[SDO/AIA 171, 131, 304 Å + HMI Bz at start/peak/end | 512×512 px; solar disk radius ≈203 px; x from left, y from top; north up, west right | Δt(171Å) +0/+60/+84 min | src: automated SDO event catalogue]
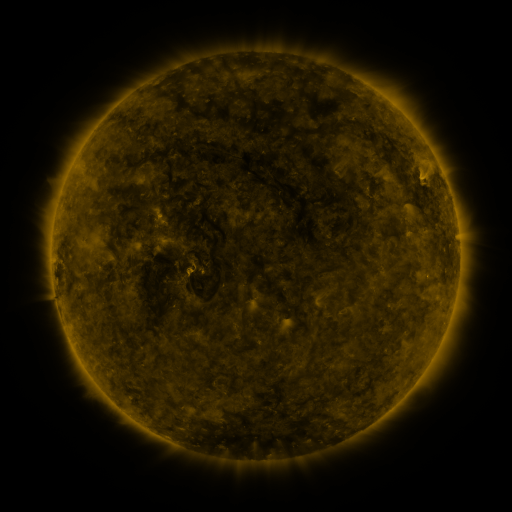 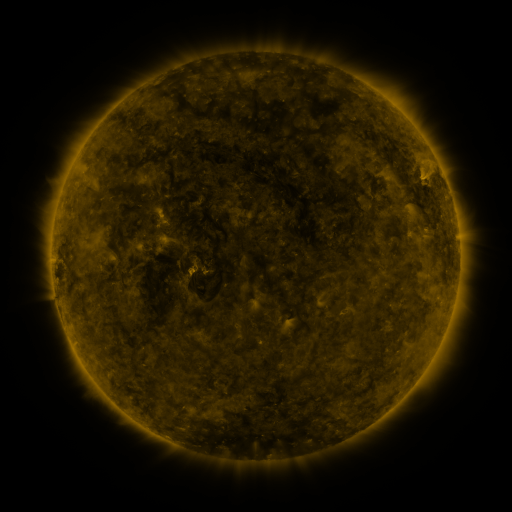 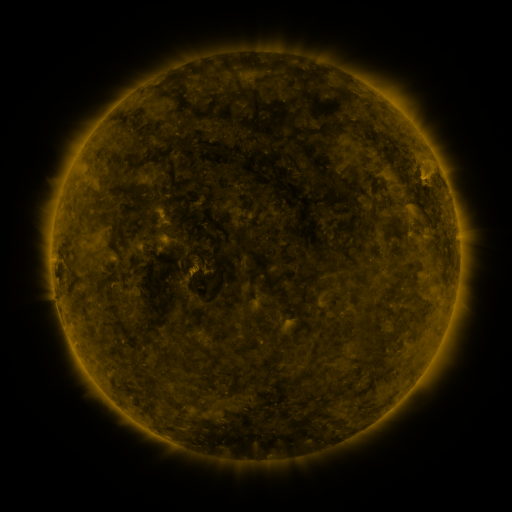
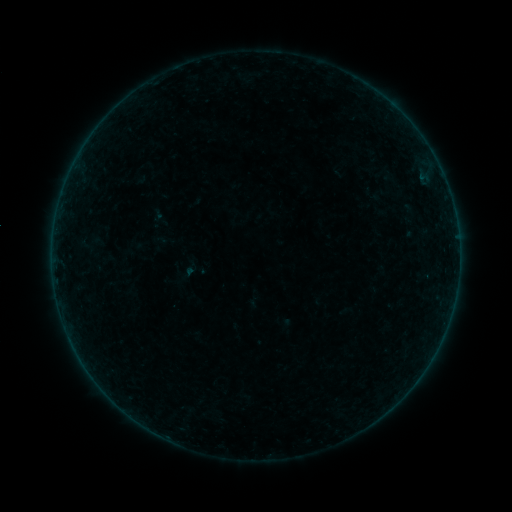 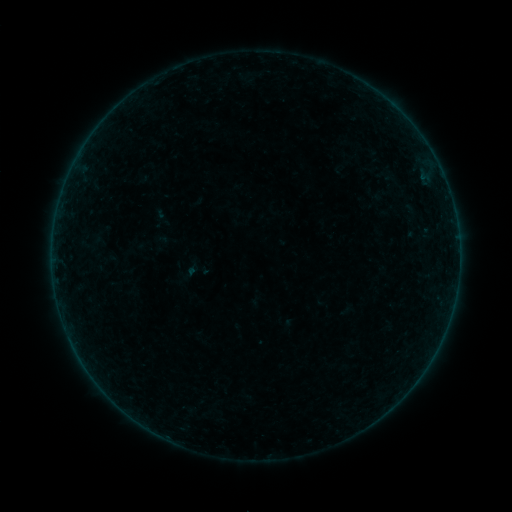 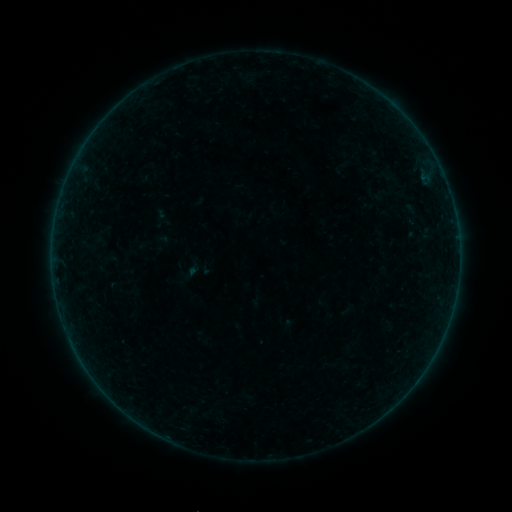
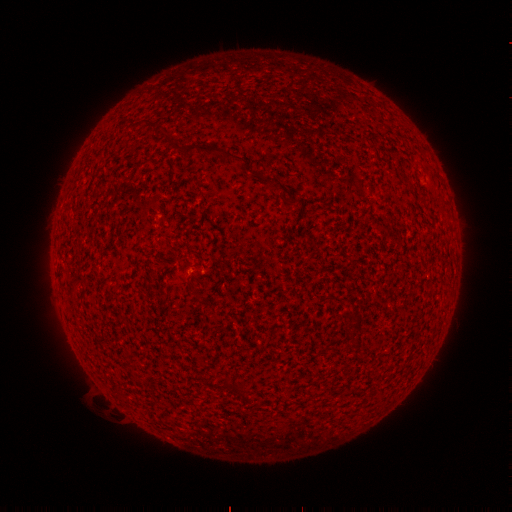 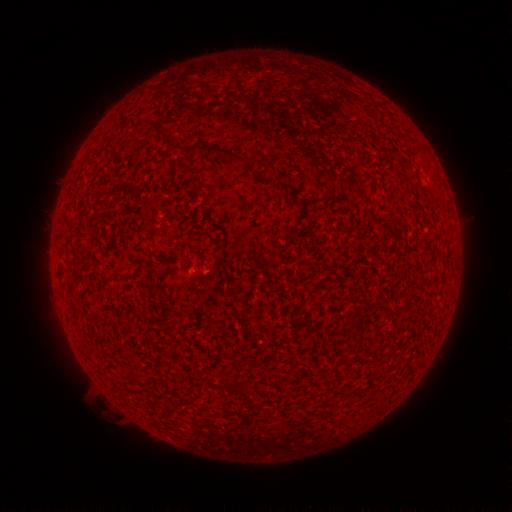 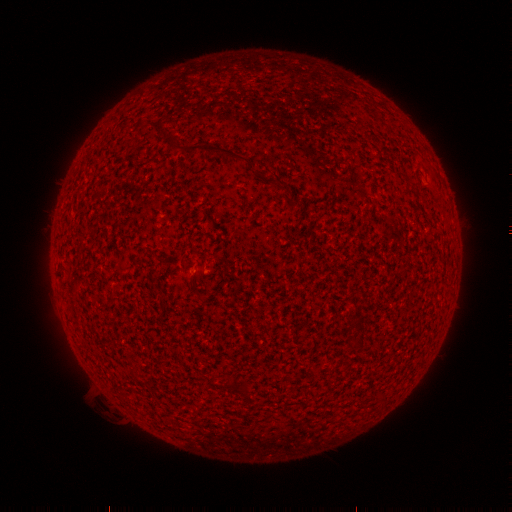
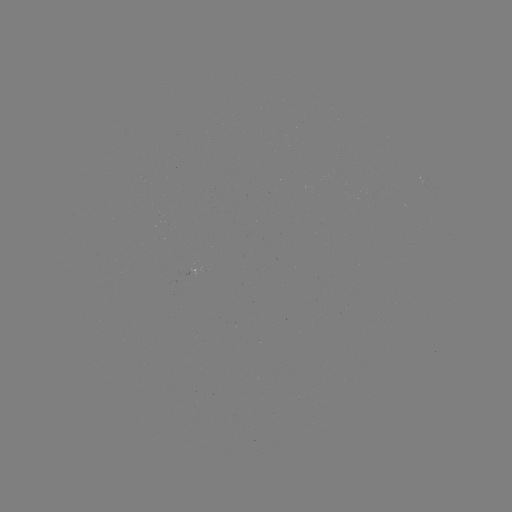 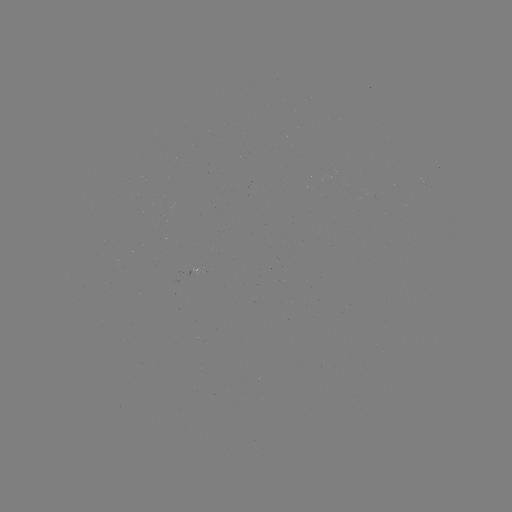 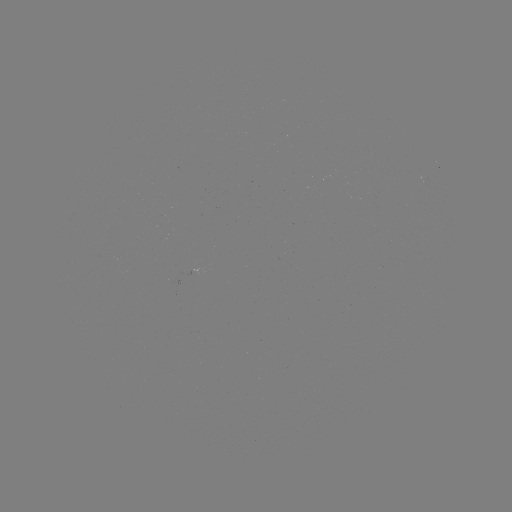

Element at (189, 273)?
emerging-flux region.